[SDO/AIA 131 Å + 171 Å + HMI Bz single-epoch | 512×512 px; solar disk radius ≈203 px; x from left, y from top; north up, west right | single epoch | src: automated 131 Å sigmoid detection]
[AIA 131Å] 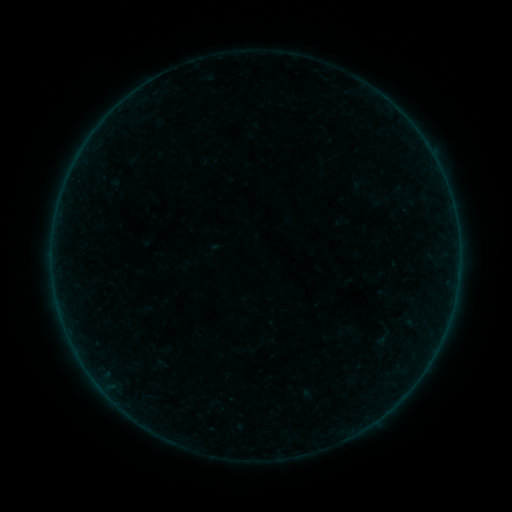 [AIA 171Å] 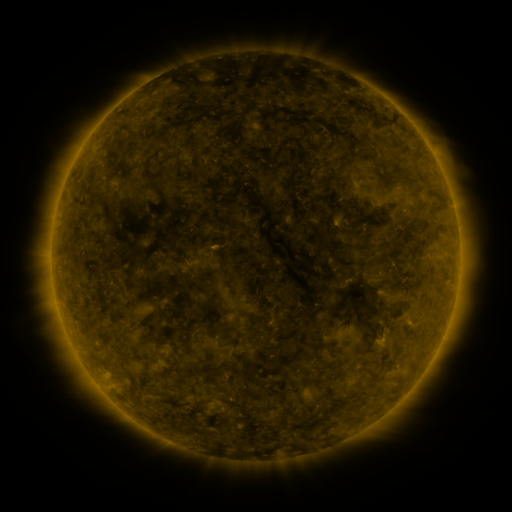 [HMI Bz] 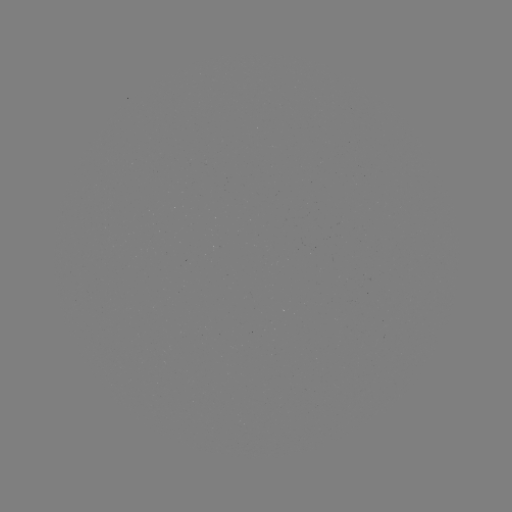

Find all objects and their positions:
sigmoid: (383, 338)
